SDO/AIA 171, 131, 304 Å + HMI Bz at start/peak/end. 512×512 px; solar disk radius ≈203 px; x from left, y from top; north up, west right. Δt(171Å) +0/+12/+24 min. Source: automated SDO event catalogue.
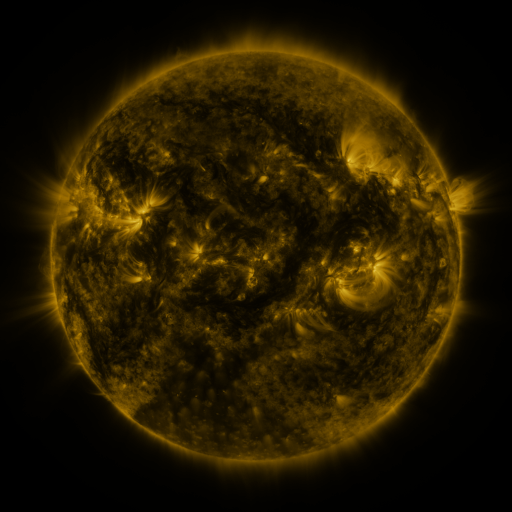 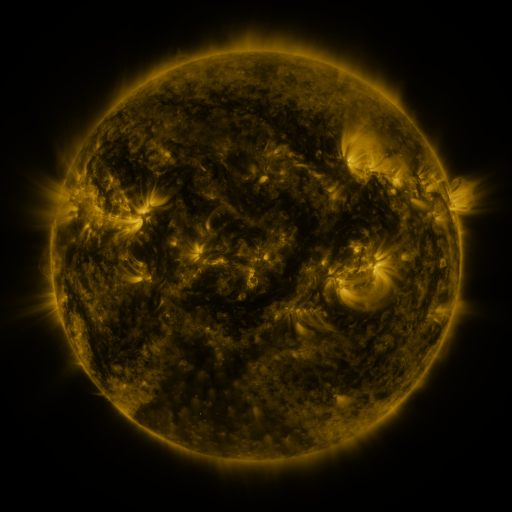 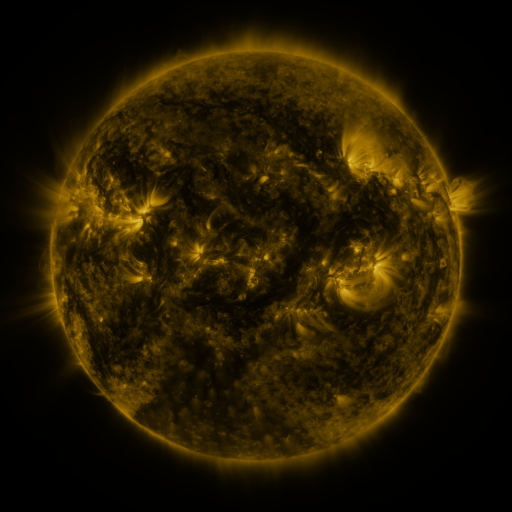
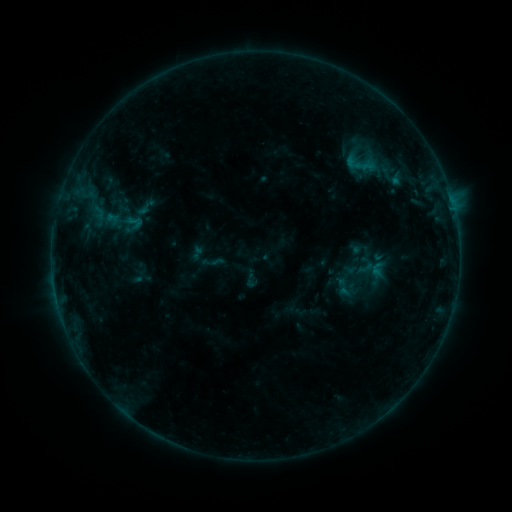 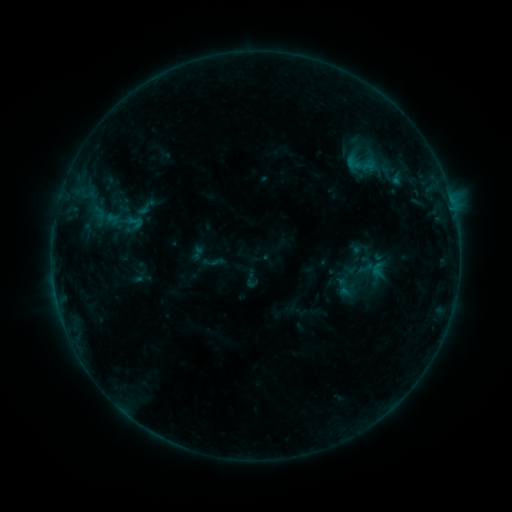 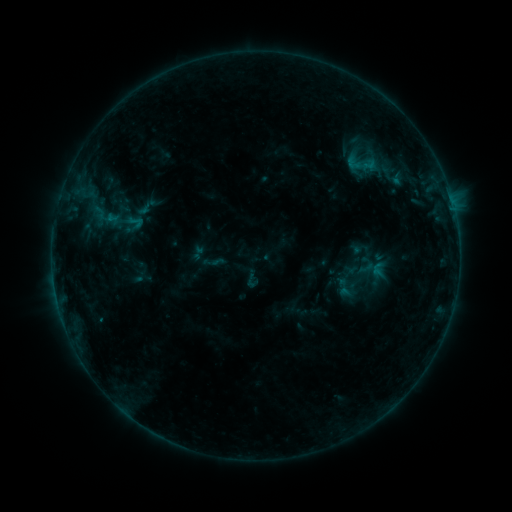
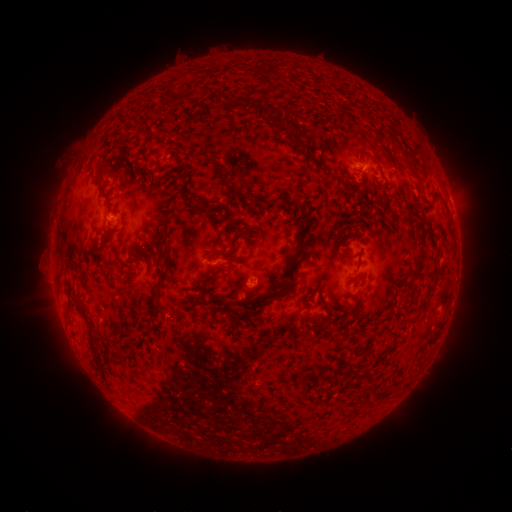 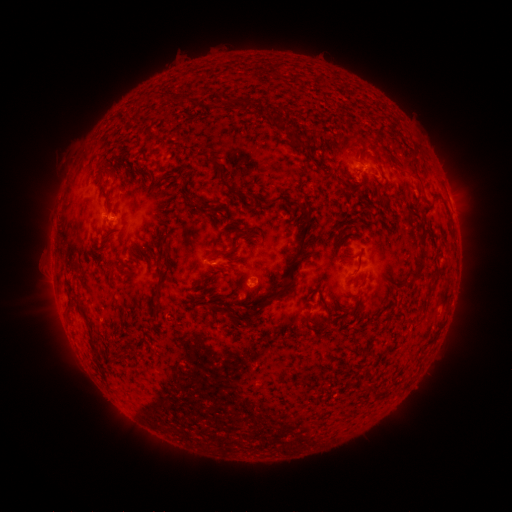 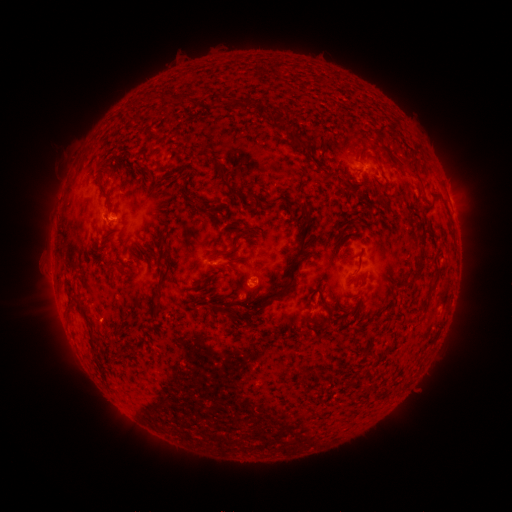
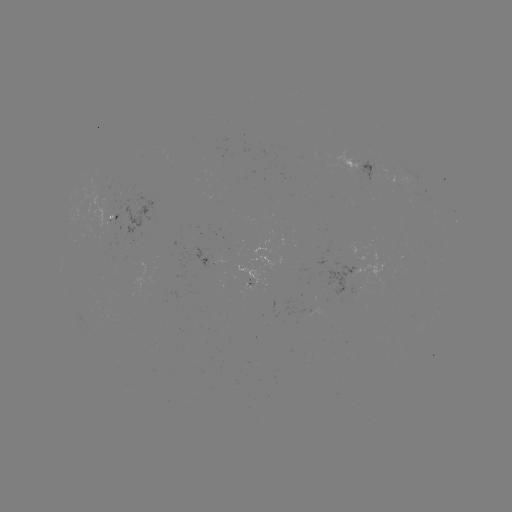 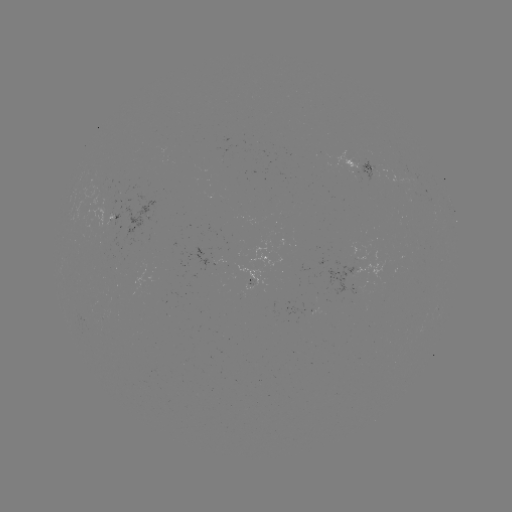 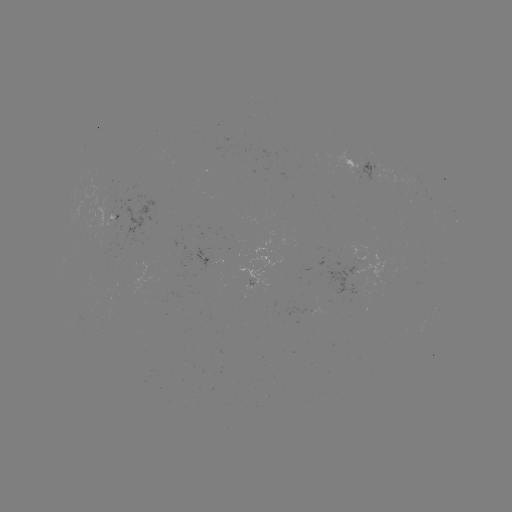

no classed flare was catalogued and no EUV brightening was flagged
